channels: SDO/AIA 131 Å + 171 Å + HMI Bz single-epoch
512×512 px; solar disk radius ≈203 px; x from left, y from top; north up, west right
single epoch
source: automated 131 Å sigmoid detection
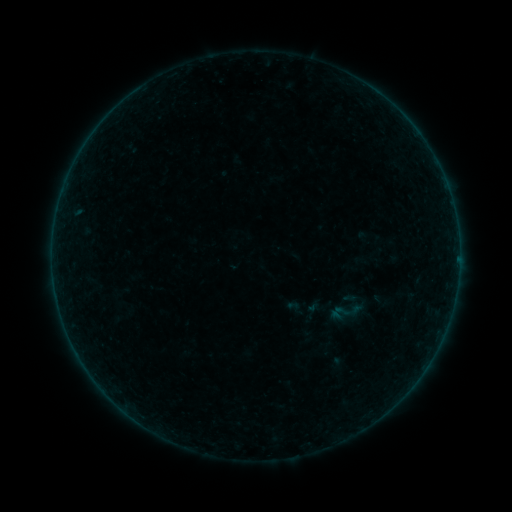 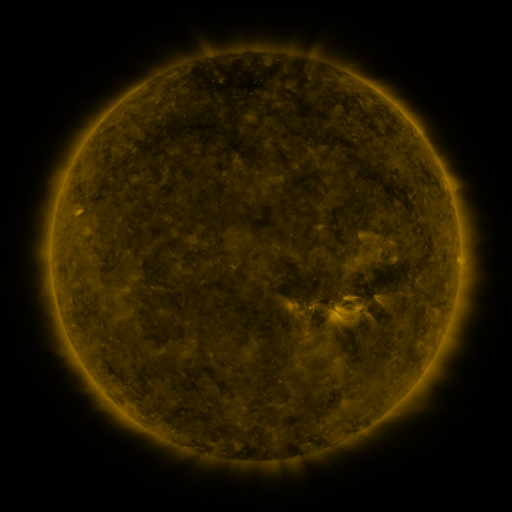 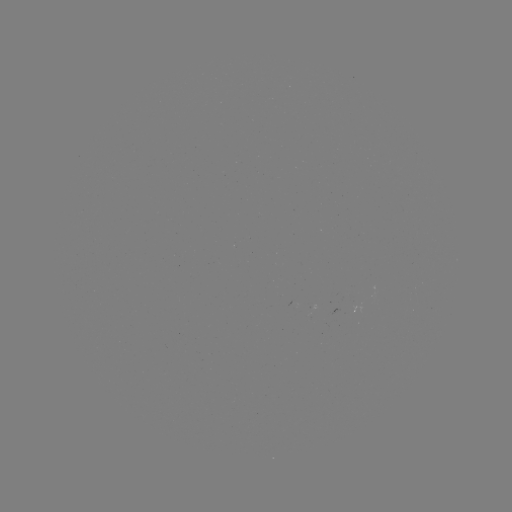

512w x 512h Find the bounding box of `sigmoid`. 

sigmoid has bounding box [328, 292, 366, 330].